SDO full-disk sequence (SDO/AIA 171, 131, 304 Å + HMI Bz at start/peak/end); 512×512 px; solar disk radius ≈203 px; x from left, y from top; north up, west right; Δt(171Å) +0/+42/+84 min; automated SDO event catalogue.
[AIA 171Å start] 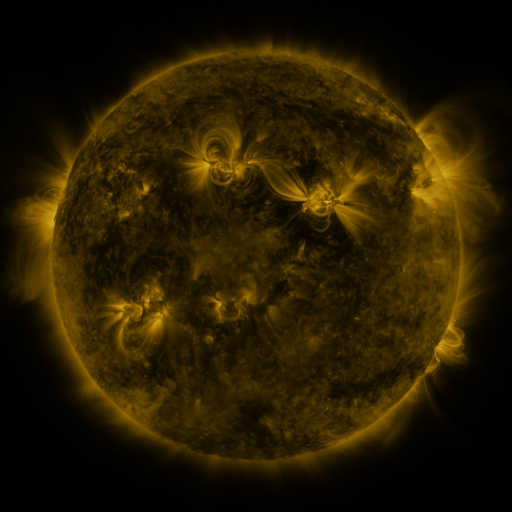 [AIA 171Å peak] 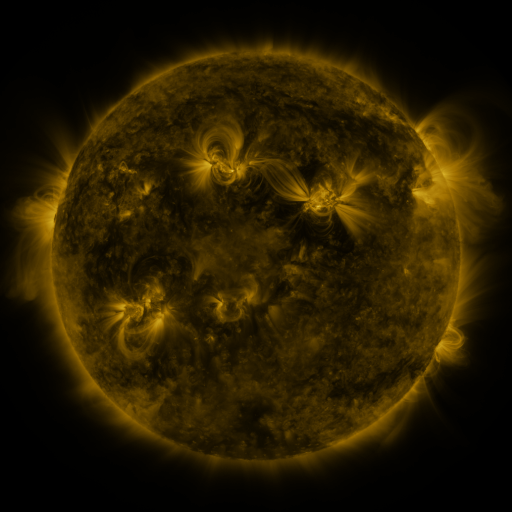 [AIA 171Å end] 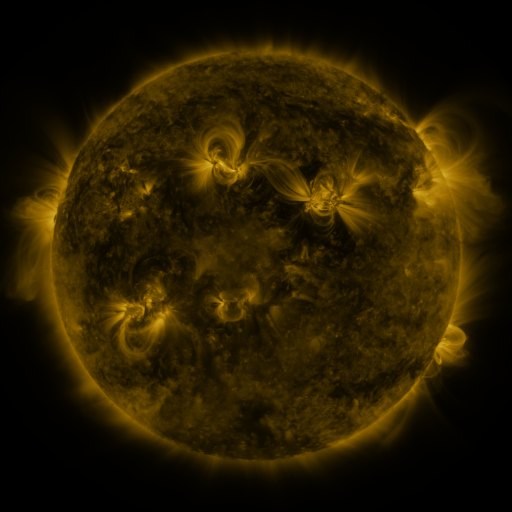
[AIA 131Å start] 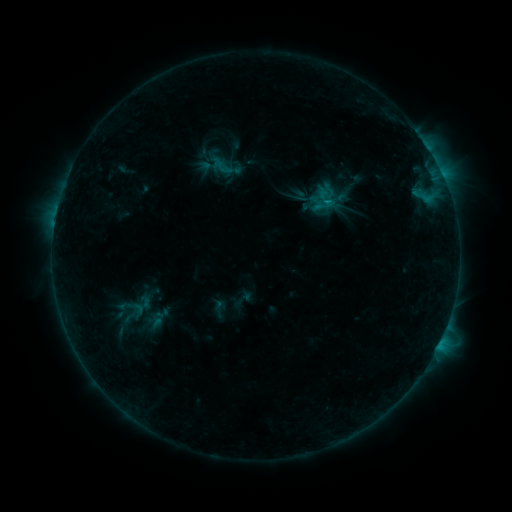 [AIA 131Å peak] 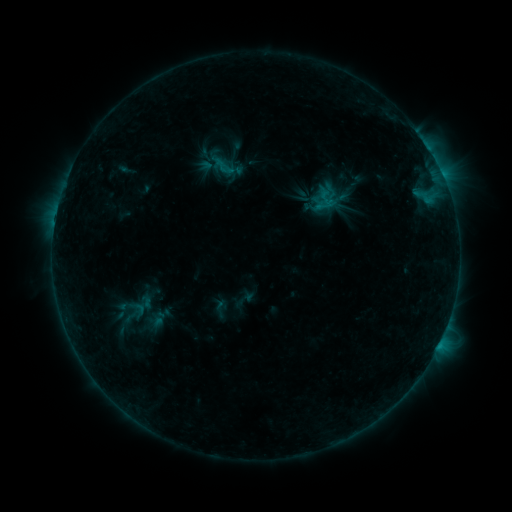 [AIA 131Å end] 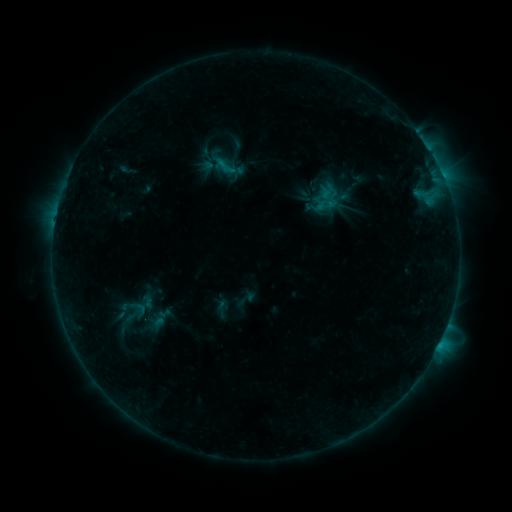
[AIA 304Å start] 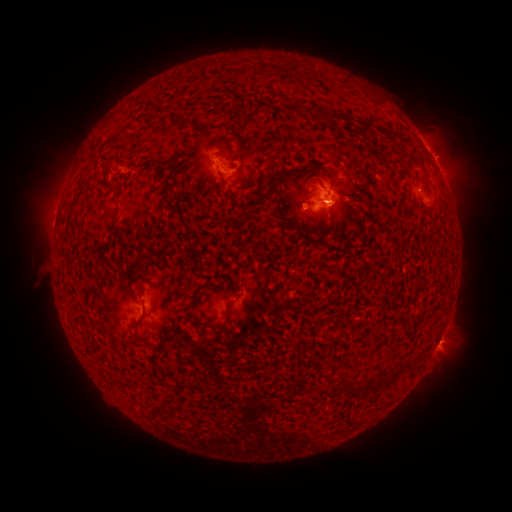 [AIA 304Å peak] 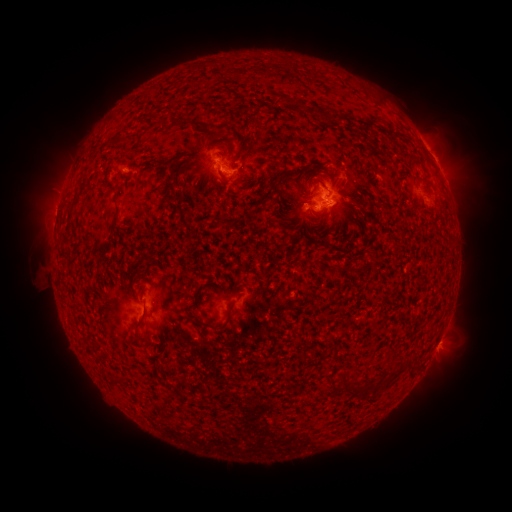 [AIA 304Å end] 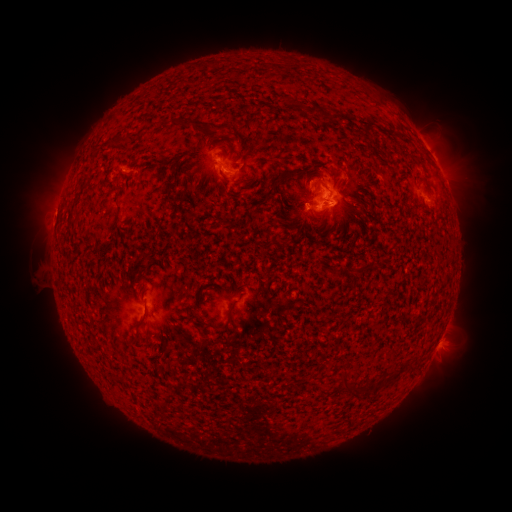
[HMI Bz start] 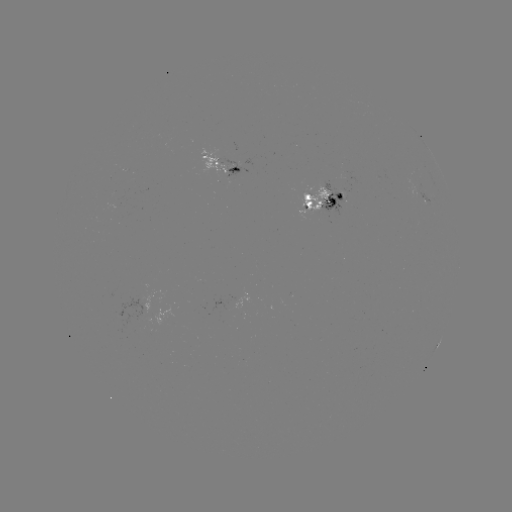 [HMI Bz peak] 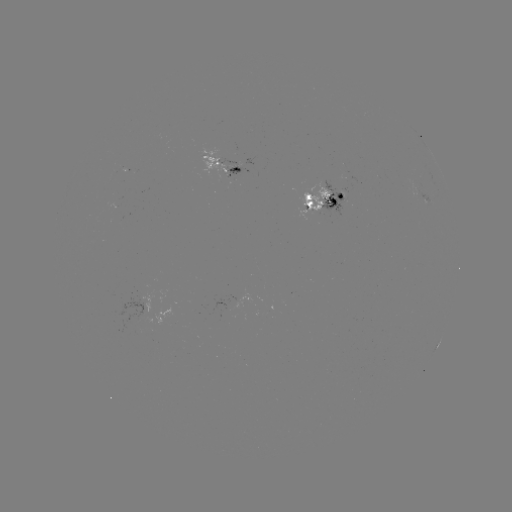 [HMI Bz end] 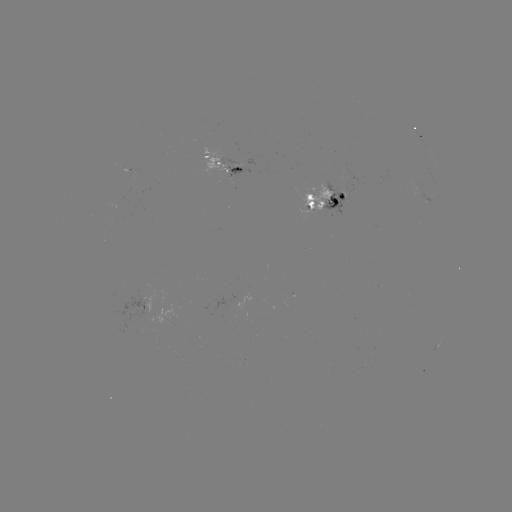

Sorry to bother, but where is emerging-flux region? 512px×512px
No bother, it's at [216, 162].